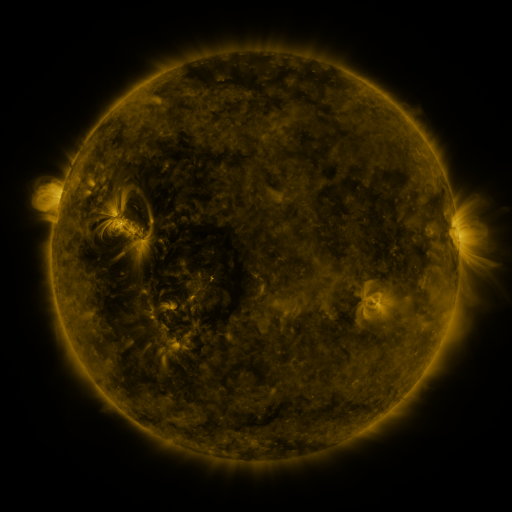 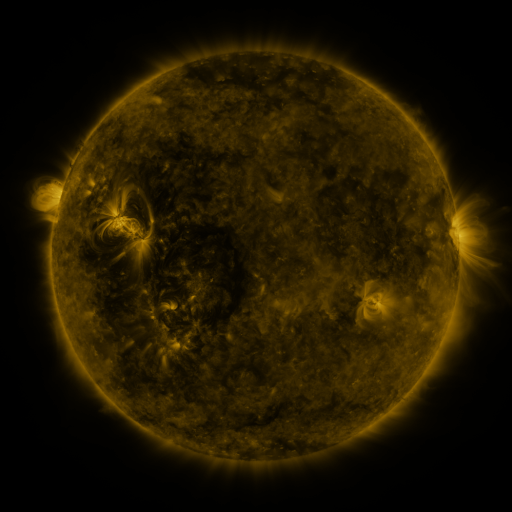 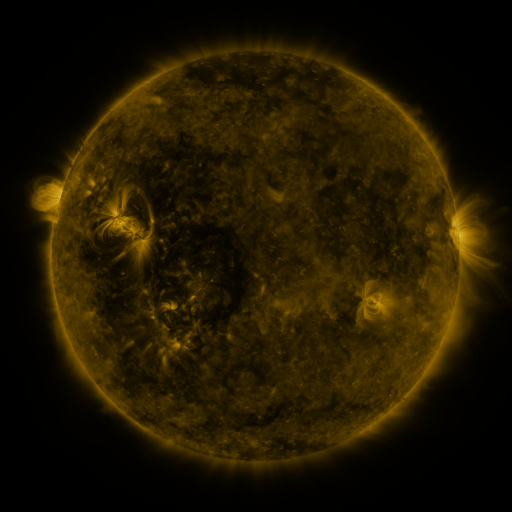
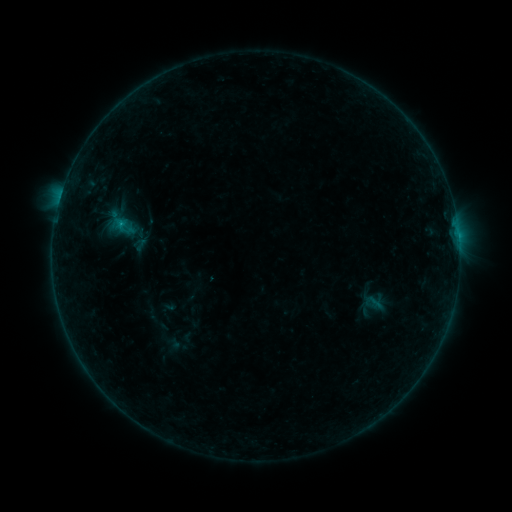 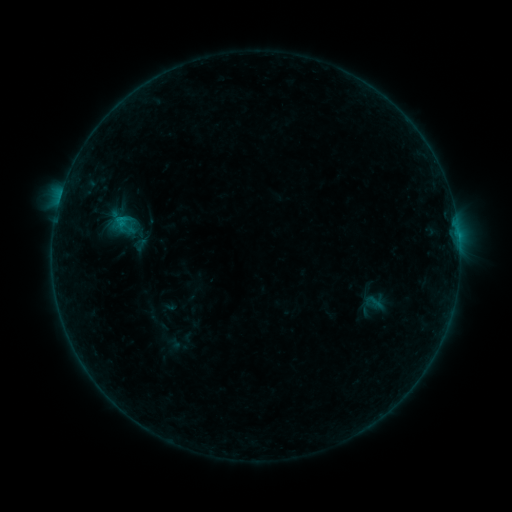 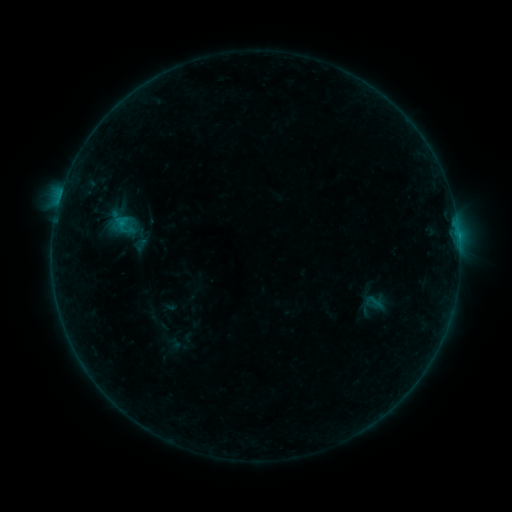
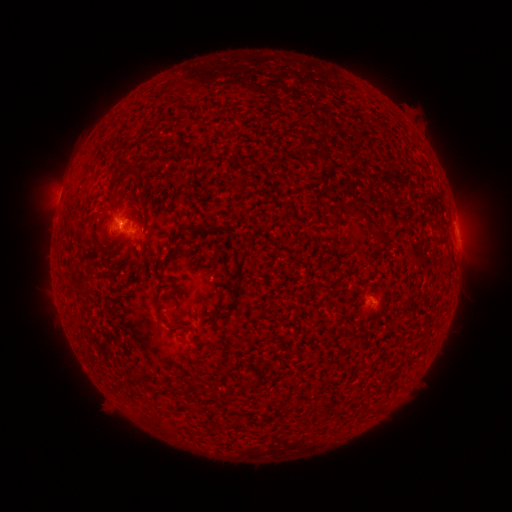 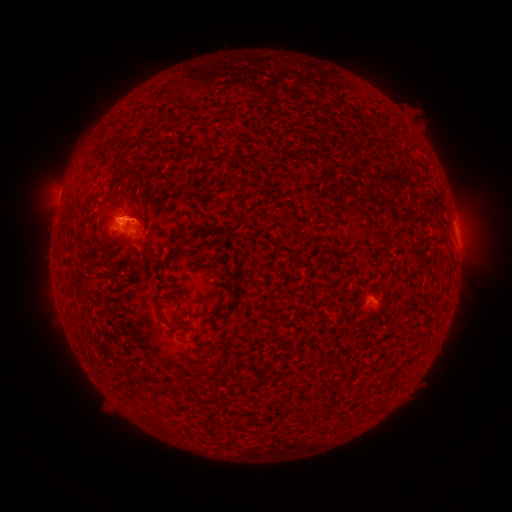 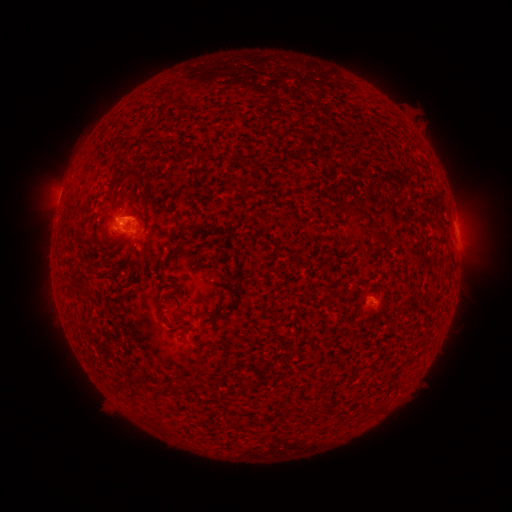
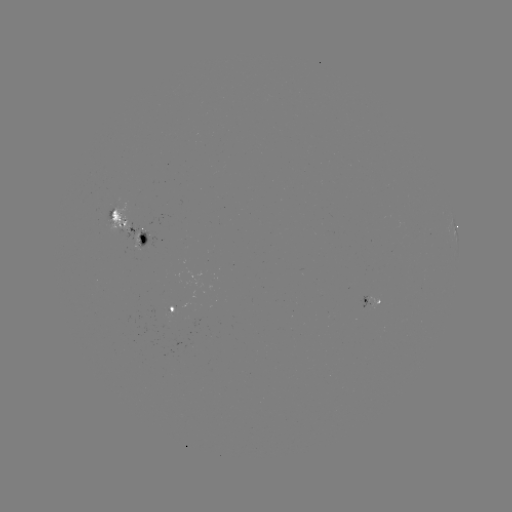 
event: flare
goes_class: B5.4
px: (124, 222)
